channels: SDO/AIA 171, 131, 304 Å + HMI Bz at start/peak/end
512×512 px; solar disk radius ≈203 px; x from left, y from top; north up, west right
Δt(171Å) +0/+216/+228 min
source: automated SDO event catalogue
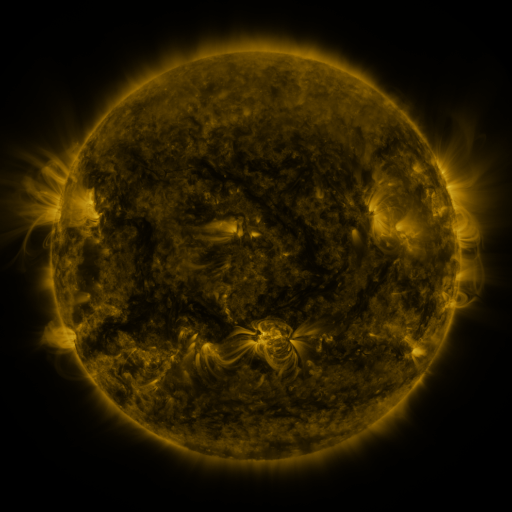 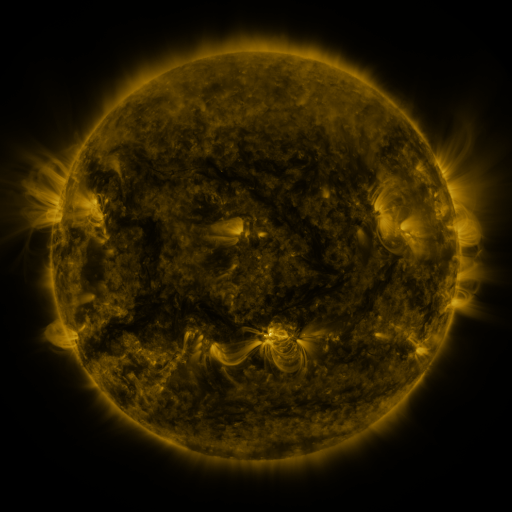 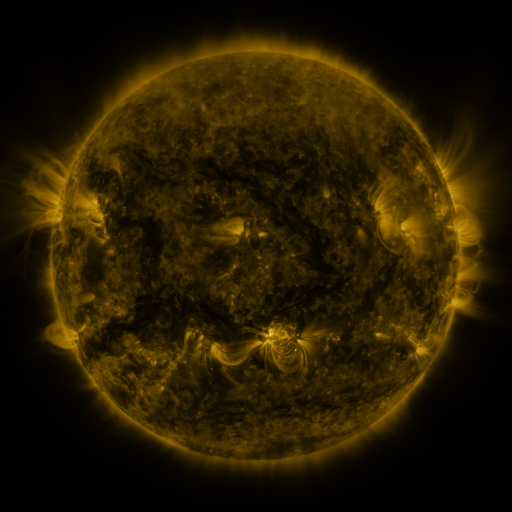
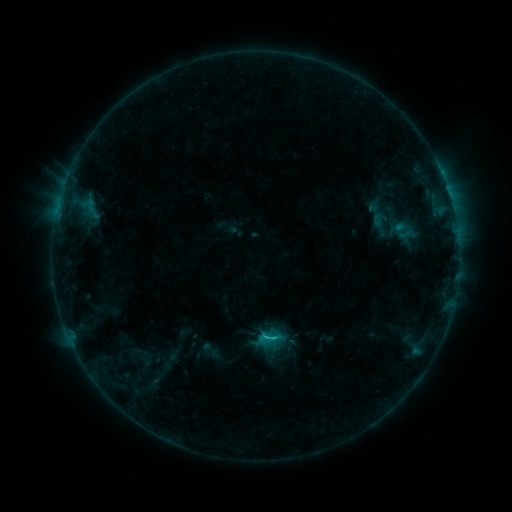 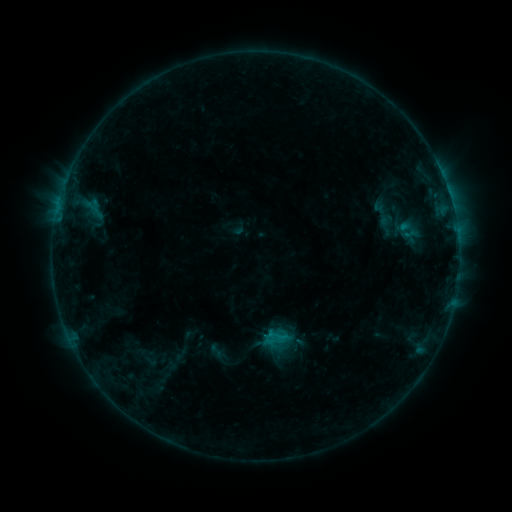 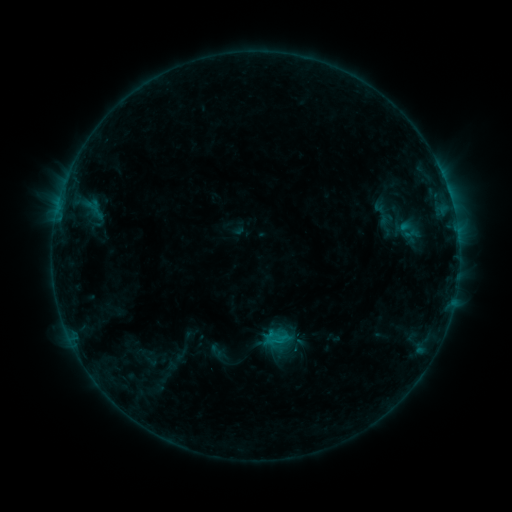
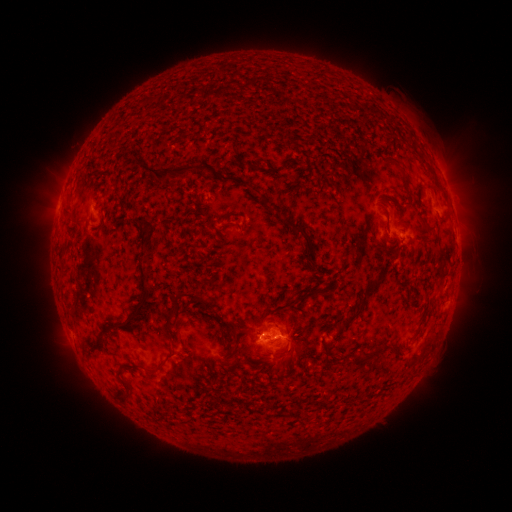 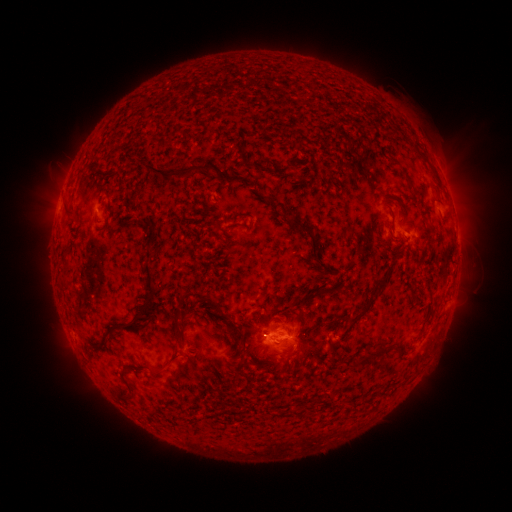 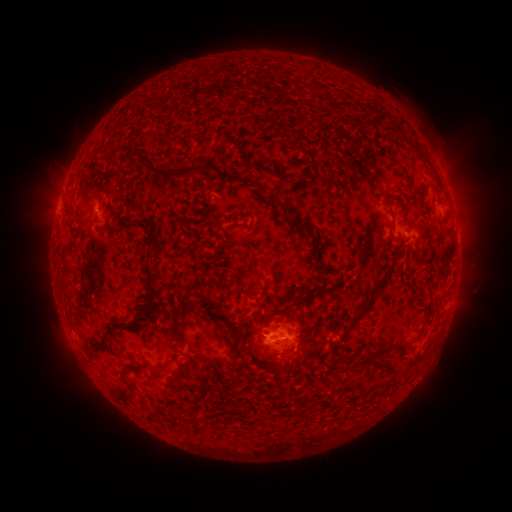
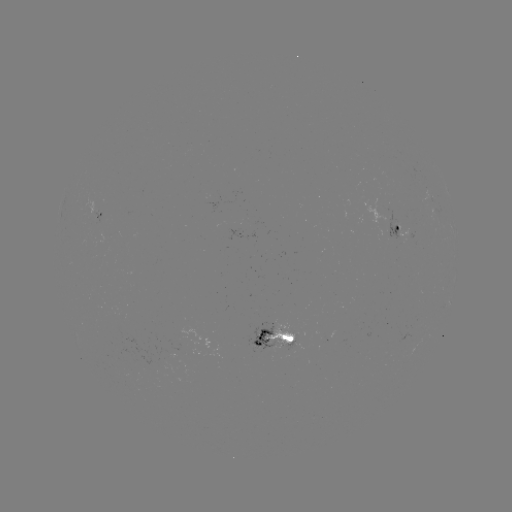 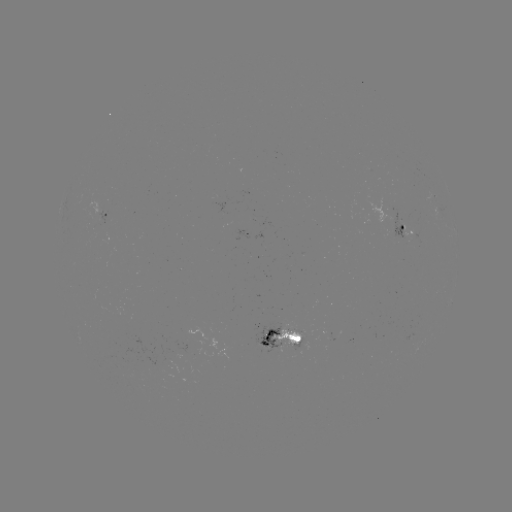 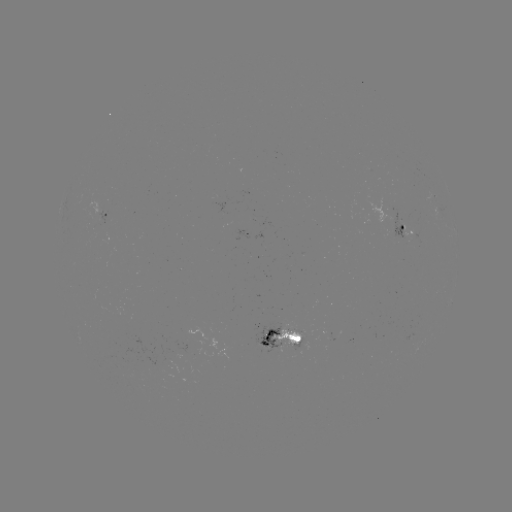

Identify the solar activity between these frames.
emerging-flux region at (267, 342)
